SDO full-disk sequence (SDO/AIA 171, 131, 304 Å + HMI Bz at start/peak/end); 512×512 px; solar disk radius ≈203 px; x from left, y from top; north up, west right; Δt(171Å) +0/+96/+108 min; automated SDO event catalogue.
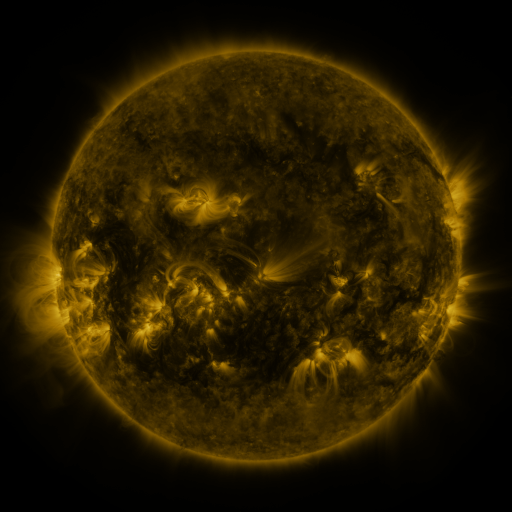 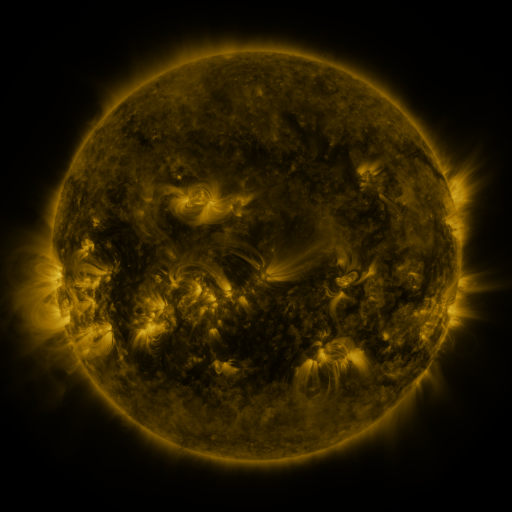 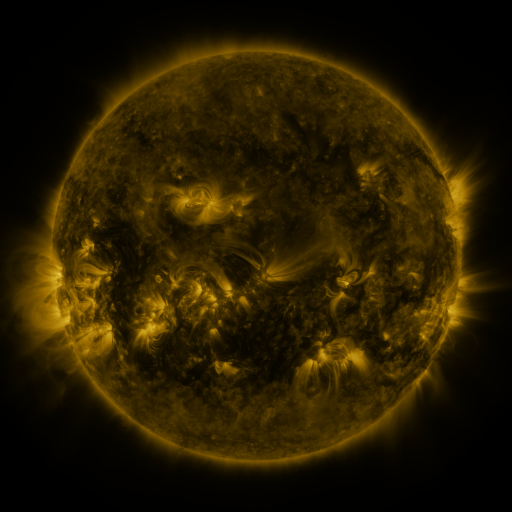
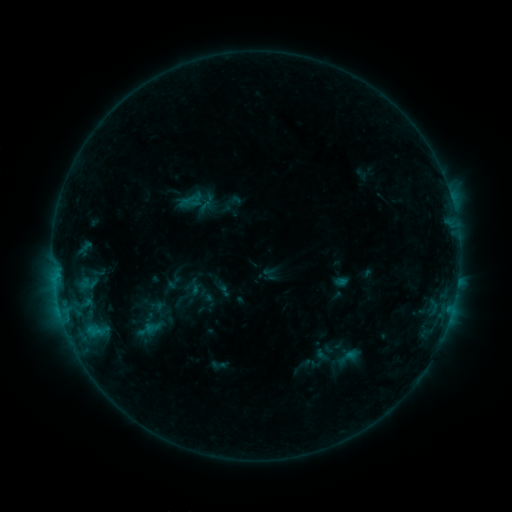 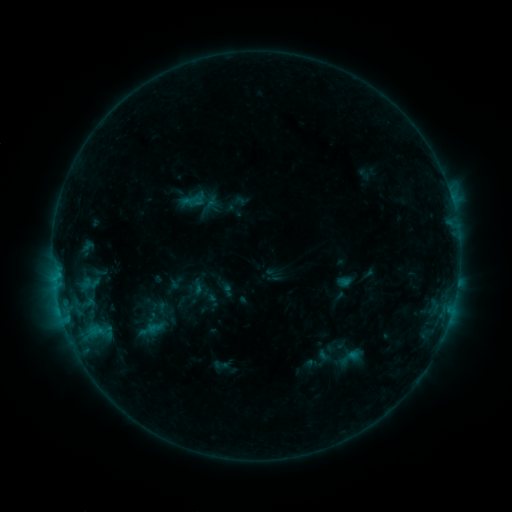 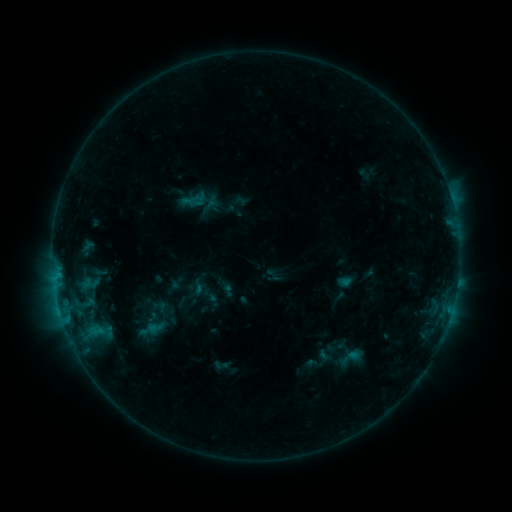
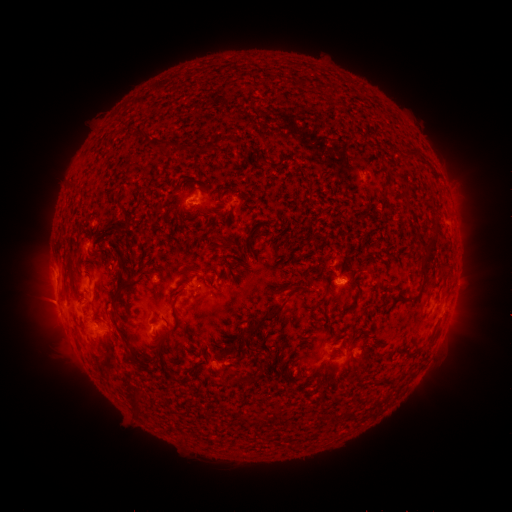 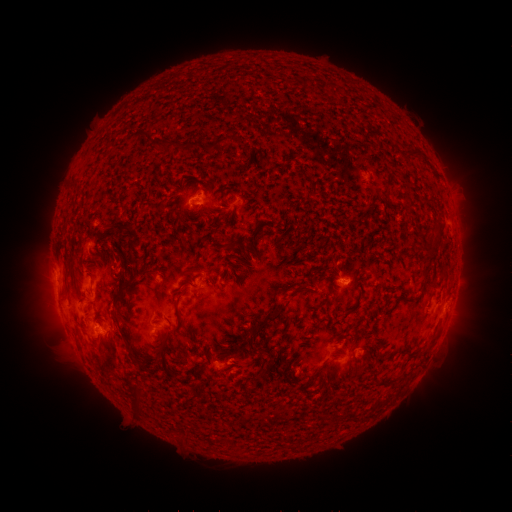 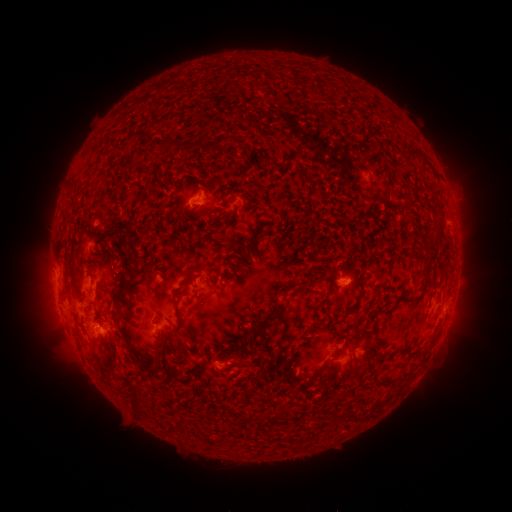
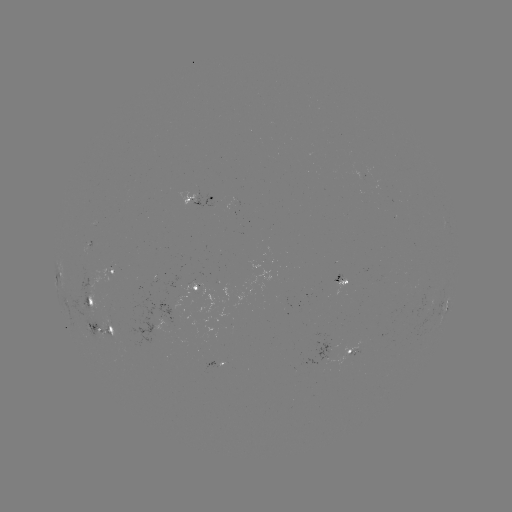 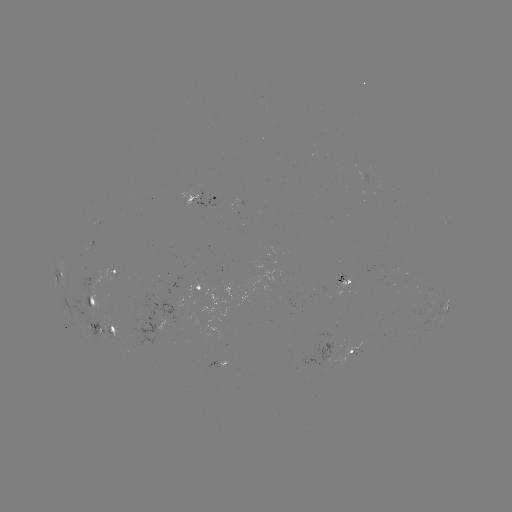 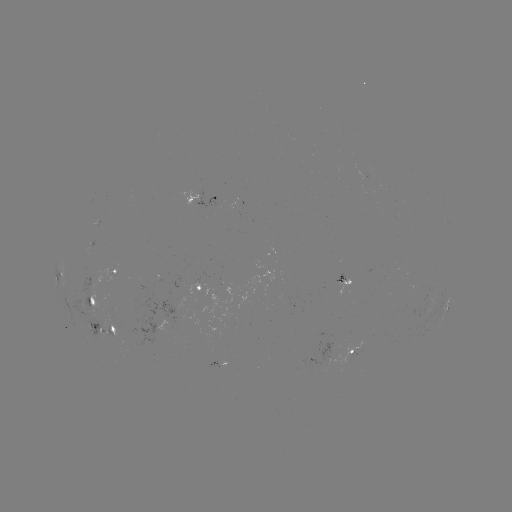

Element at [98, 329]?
emerging-flux region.